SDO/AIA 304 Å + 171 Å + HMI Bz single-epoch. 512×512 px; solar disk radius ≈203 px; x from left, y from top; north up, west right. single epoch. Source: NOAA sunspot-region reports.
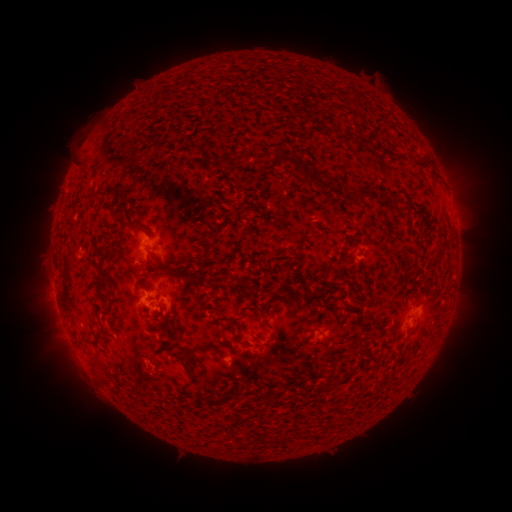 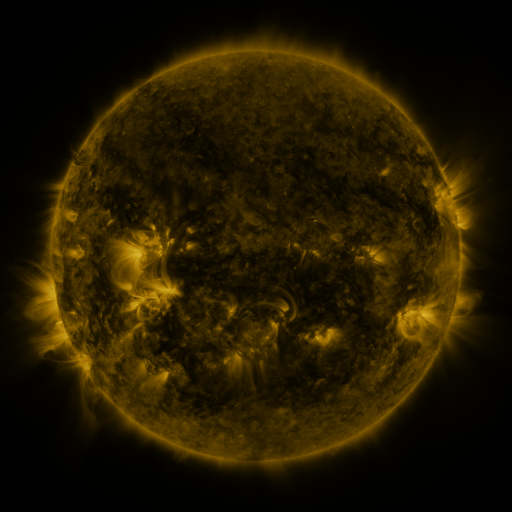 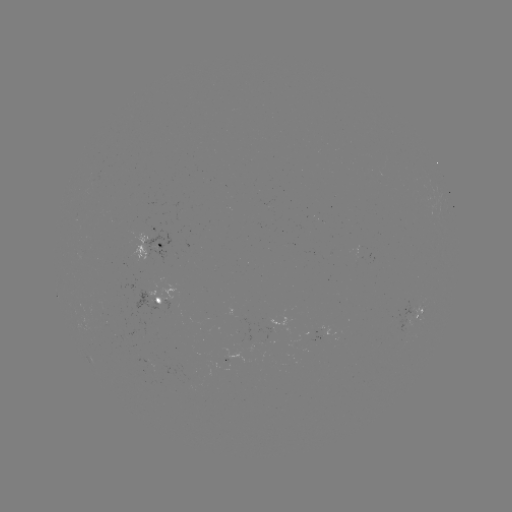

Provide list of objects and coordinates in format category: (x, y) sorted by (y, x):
spotted active region: (453, 212)
spotted active region: (151, 247)
spotted active region: (161, 304)
spotted active region: (414, 314)
spotted active region: (332, 328)
